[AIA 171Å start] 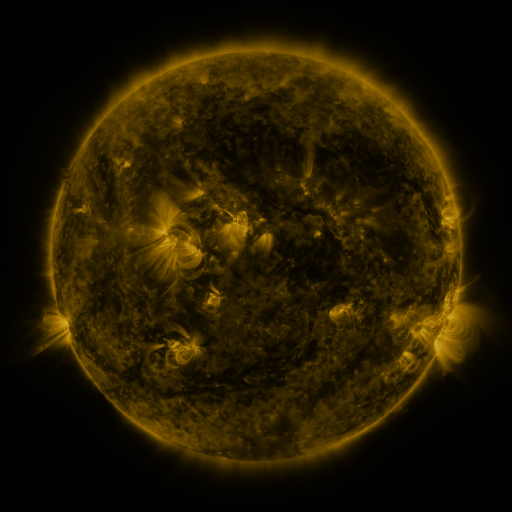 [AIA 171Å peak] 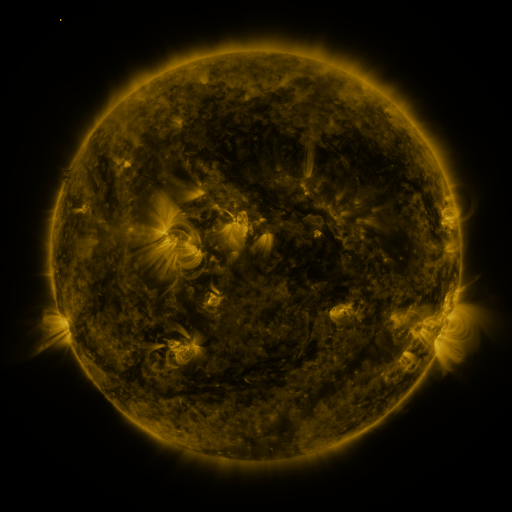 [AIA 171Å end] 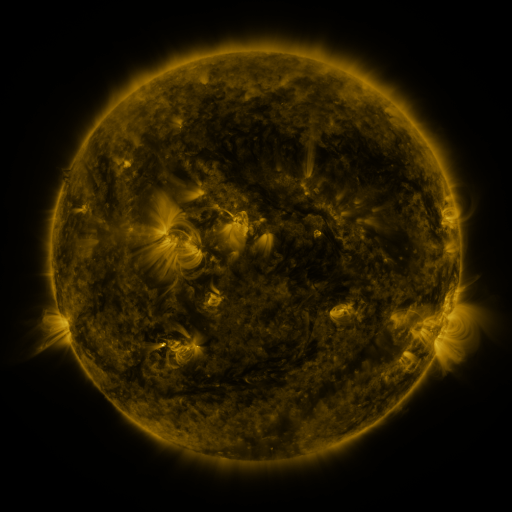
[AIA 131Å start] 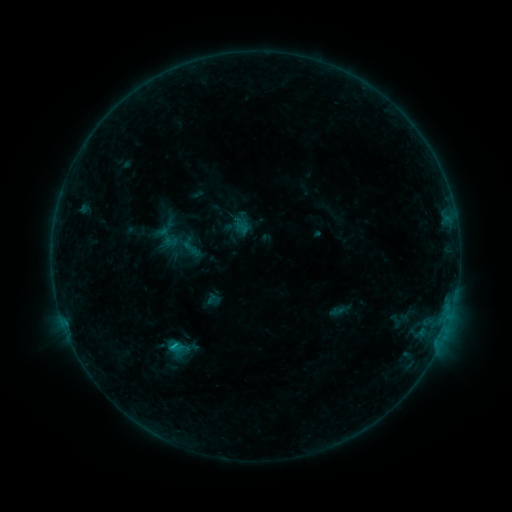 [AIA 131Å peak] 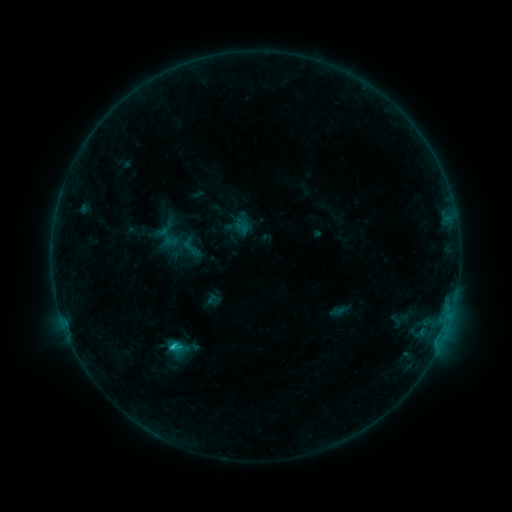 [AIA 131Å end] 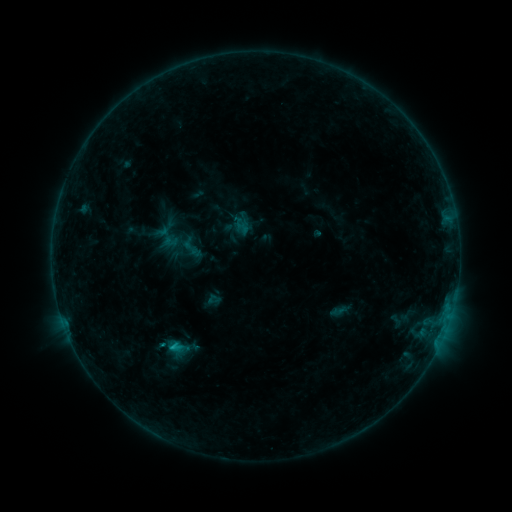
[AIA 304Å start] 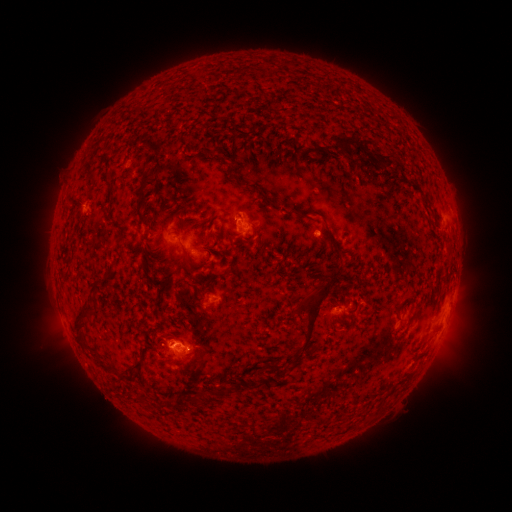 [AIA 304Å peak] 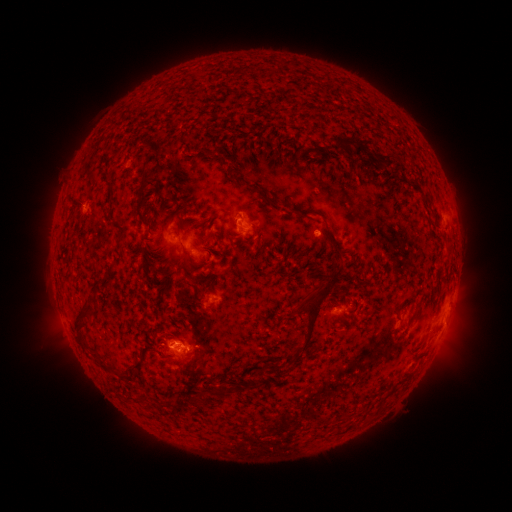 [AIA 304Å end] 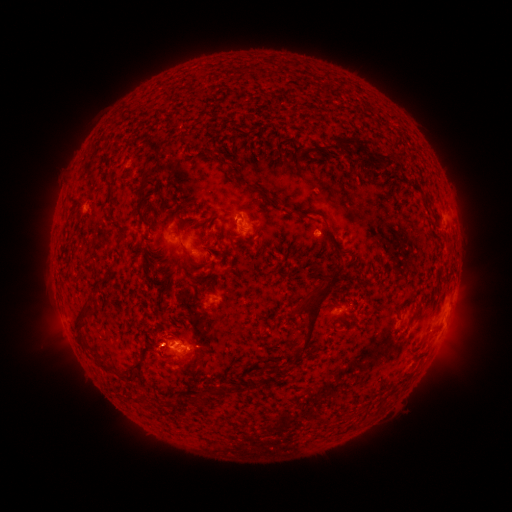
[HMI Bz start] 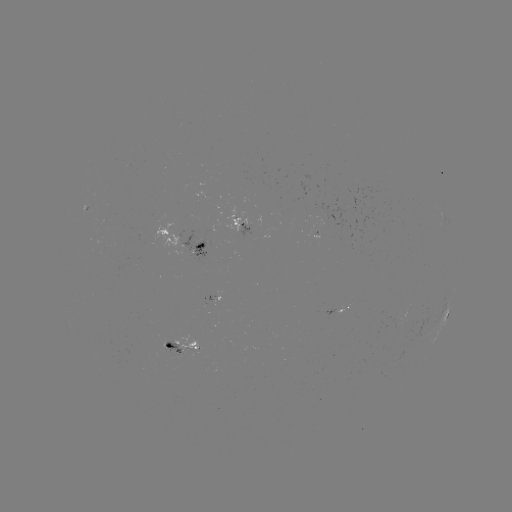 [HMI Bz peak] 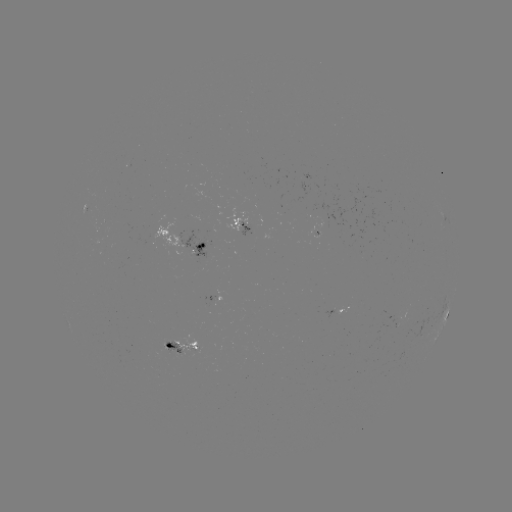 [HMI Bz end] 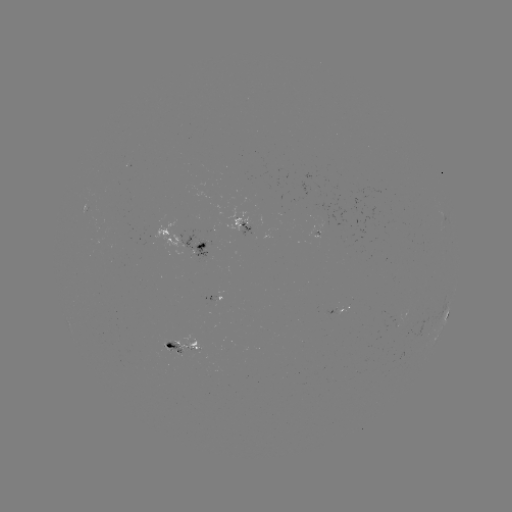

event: flare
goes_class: B9.6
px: (175, 346)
